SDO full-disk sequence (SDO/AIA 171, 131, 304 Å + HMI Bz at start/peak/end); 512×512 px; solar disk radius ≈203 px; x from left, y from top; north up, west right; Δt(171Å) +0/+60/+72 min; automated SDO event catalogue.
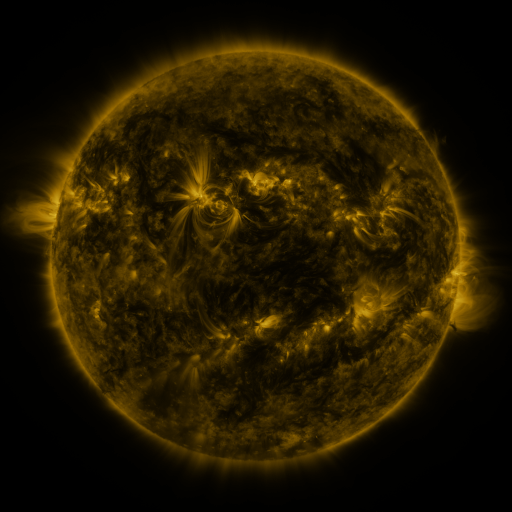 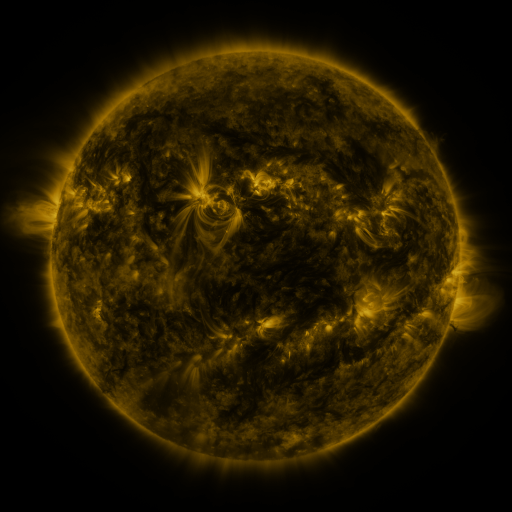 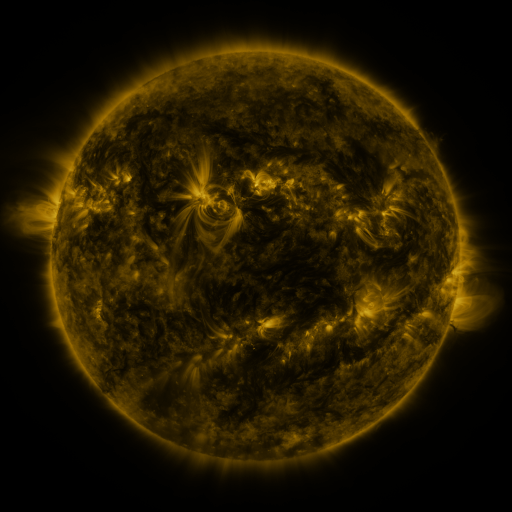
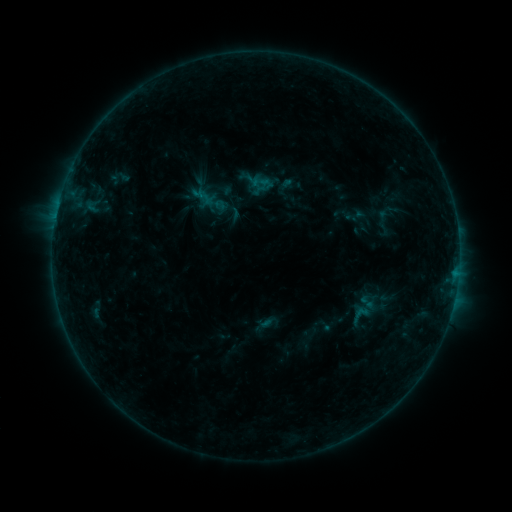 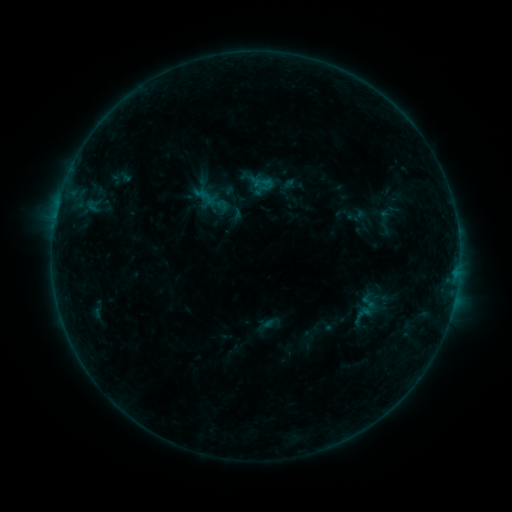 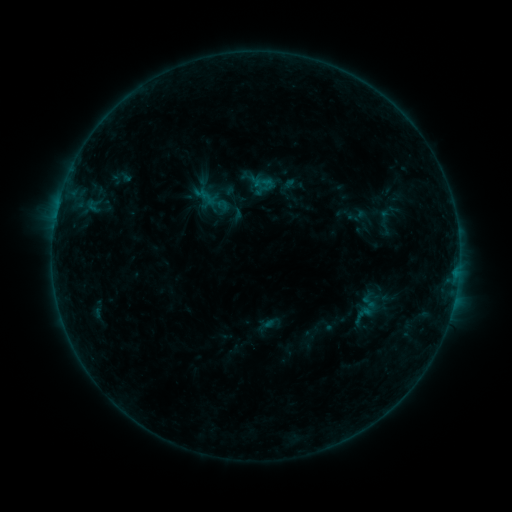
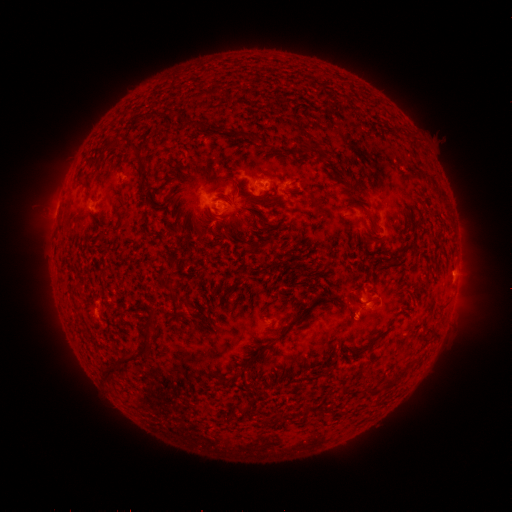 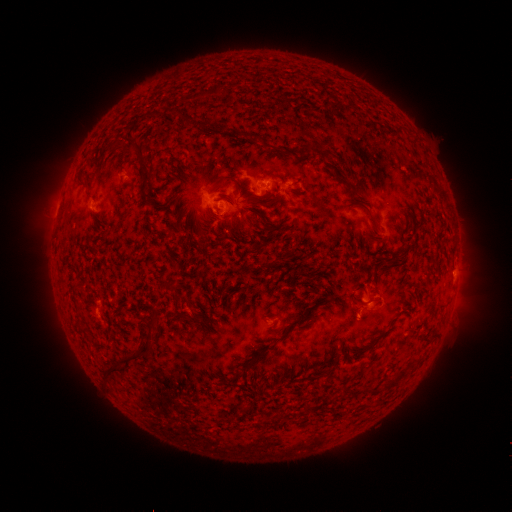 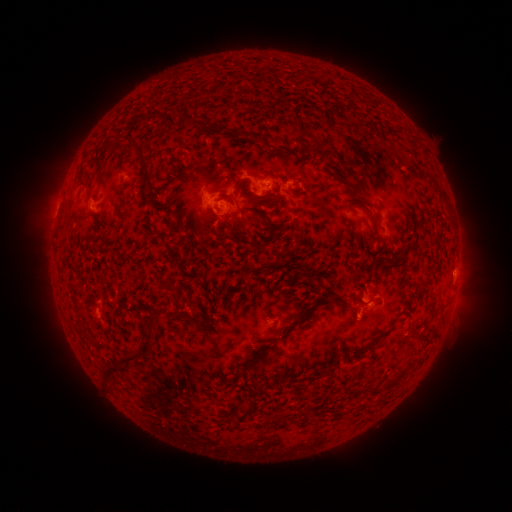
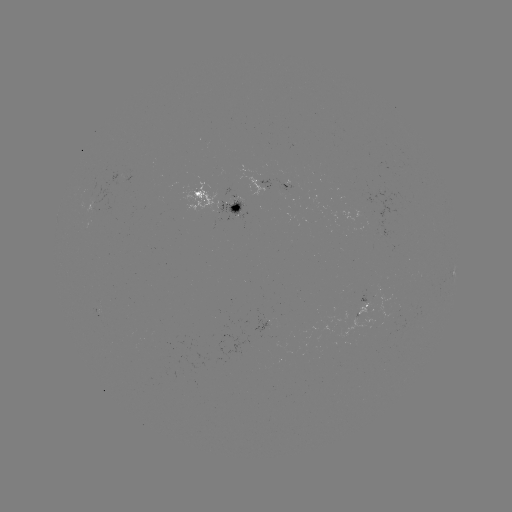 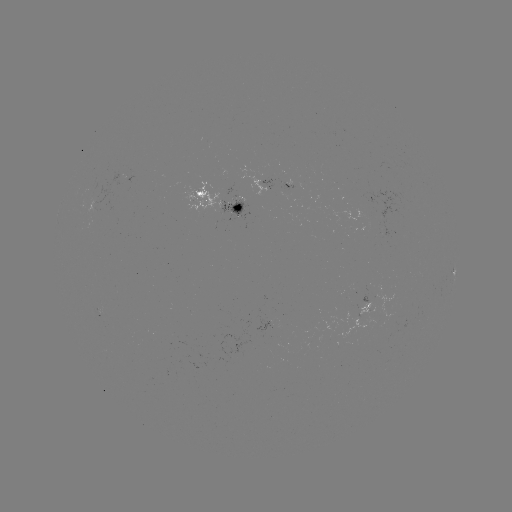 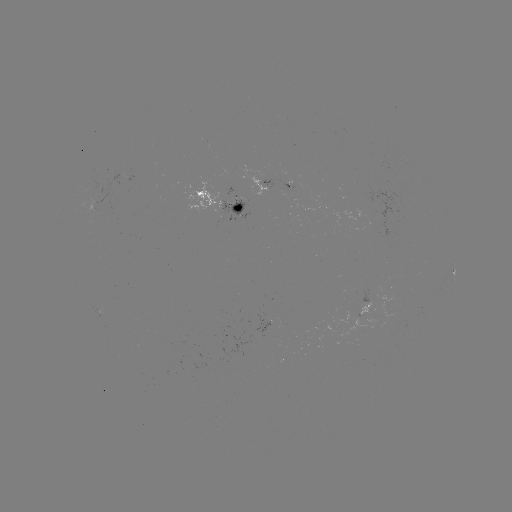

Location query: emerging-flux region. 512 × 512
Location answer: [378, 214].